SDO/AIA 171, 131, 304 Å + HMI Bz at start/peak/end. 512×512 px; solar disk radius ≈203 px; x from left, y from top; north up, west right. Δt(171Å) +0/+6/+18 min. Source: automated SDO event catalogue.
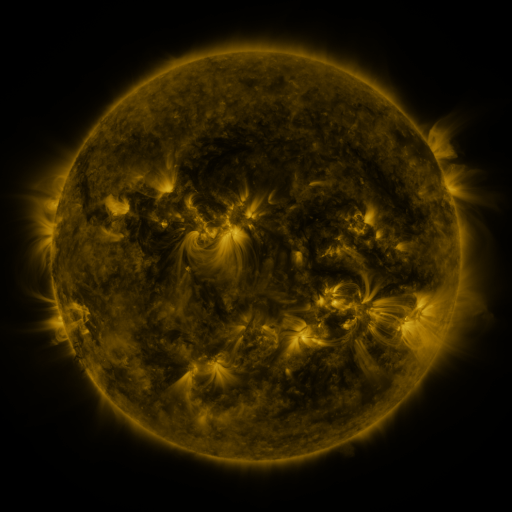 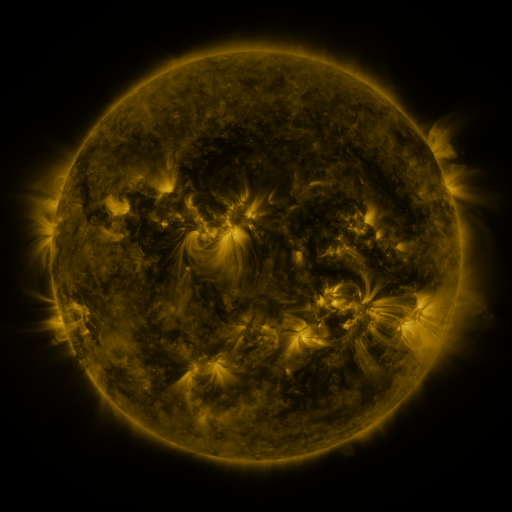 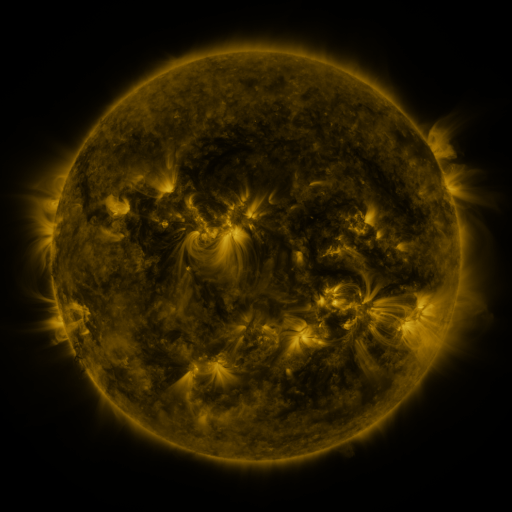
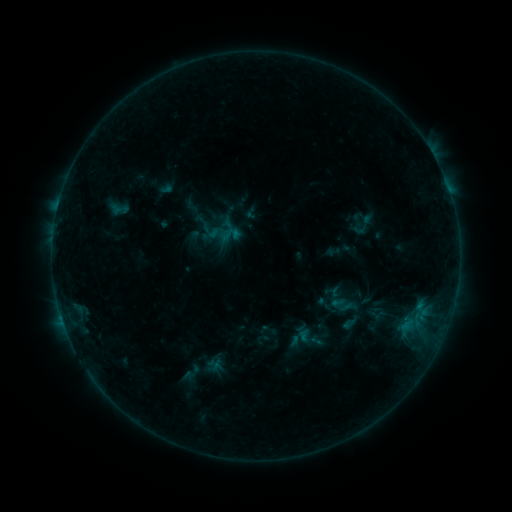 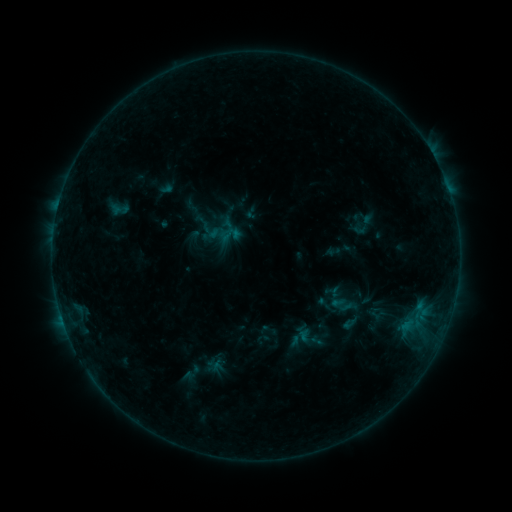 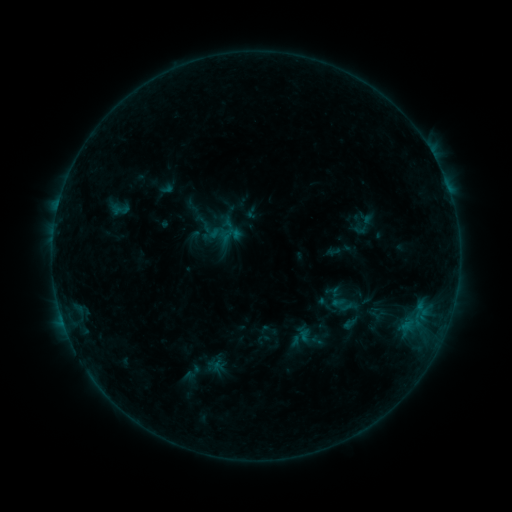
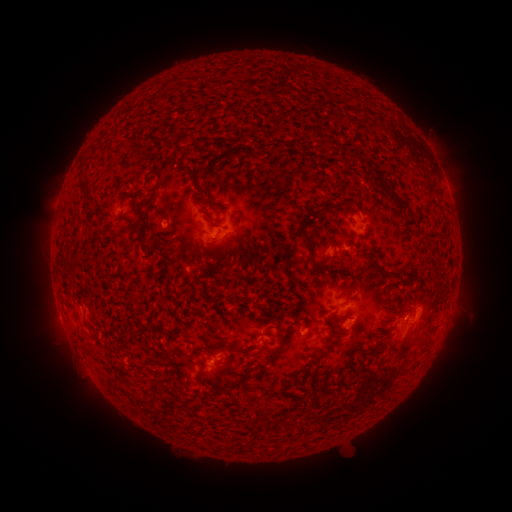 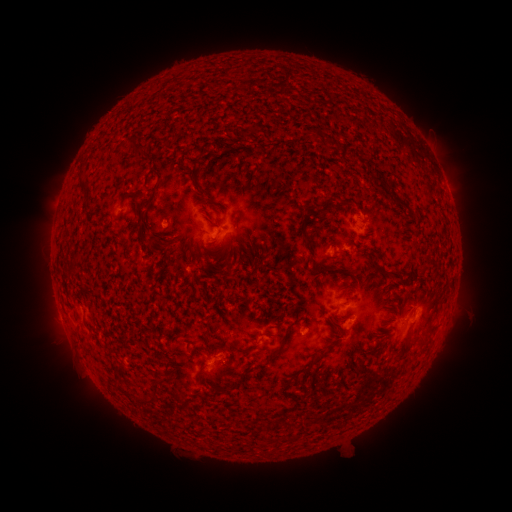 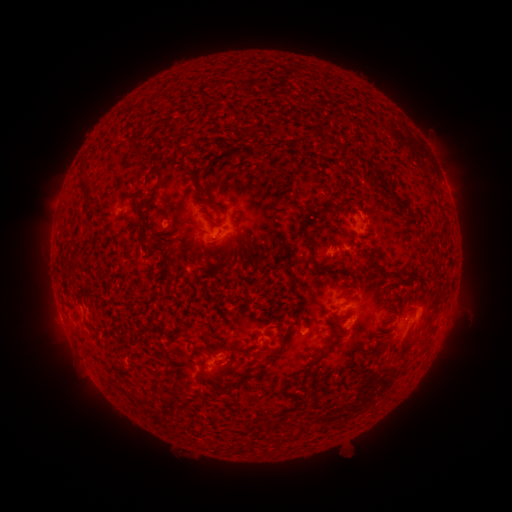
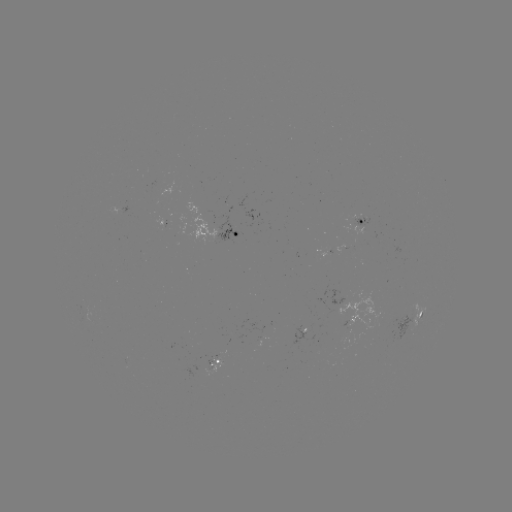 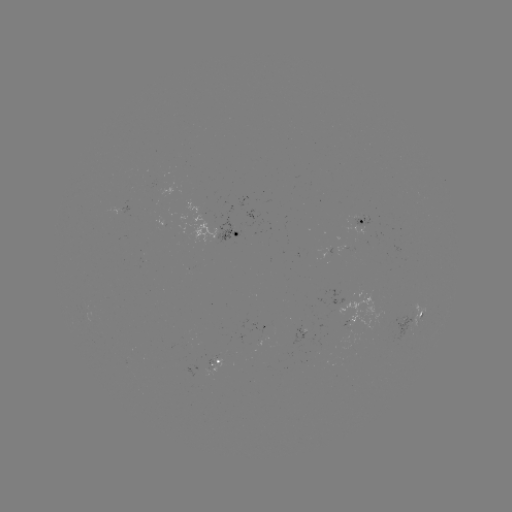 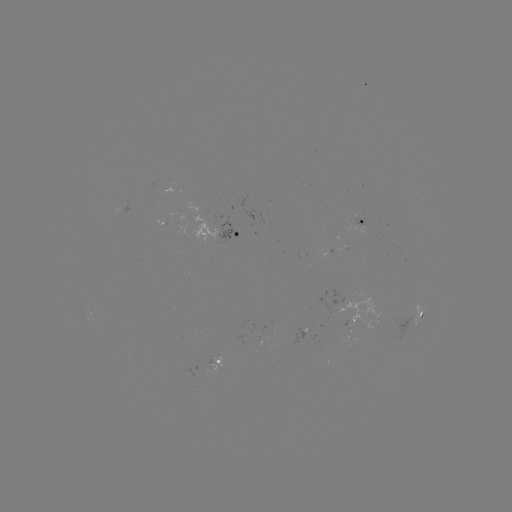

no classed flare was catalogued and no EUV brightening was flagged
